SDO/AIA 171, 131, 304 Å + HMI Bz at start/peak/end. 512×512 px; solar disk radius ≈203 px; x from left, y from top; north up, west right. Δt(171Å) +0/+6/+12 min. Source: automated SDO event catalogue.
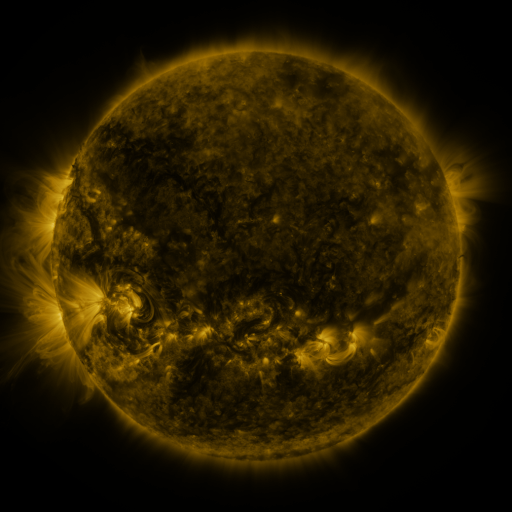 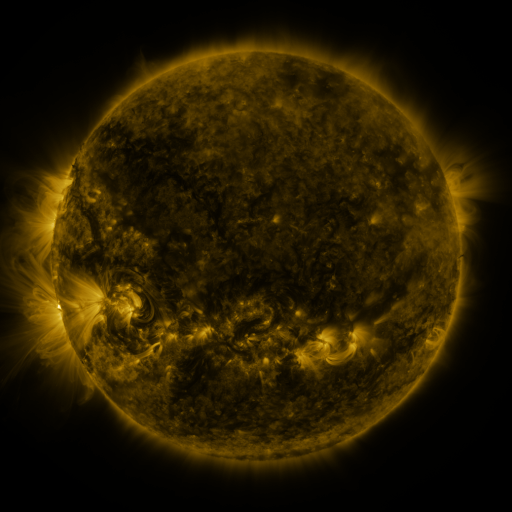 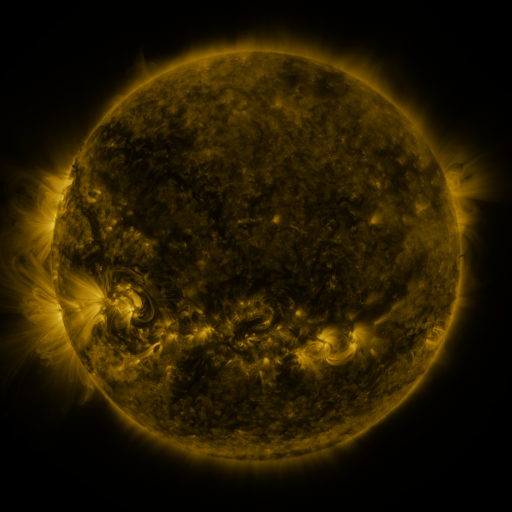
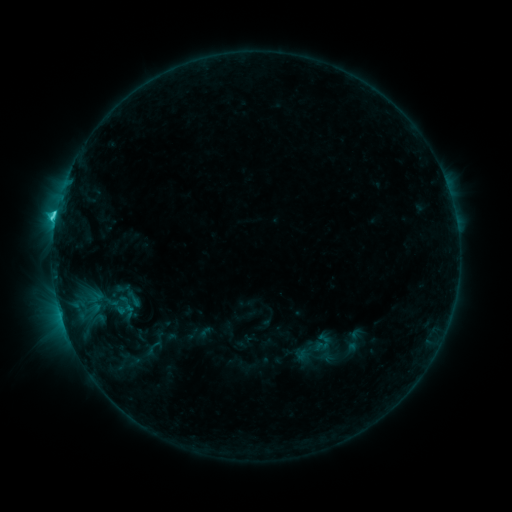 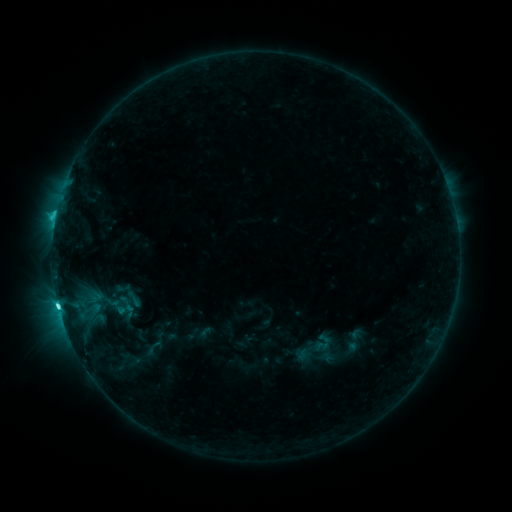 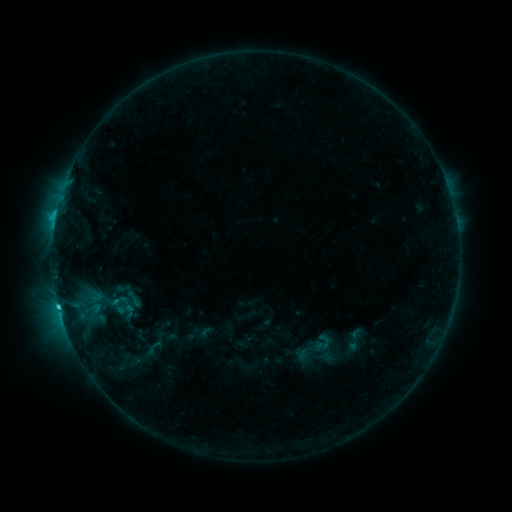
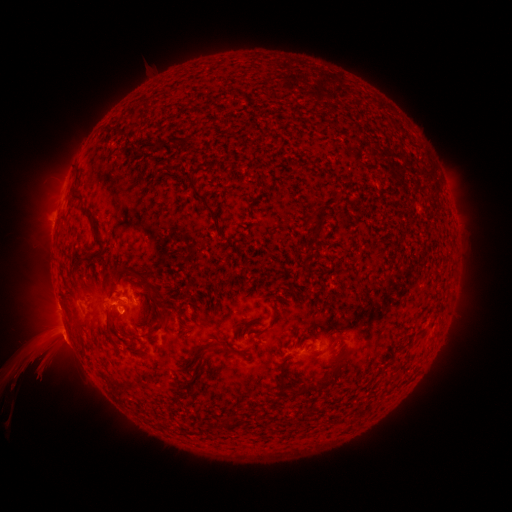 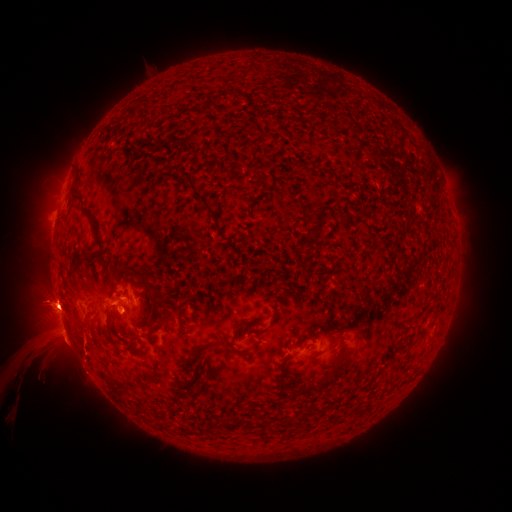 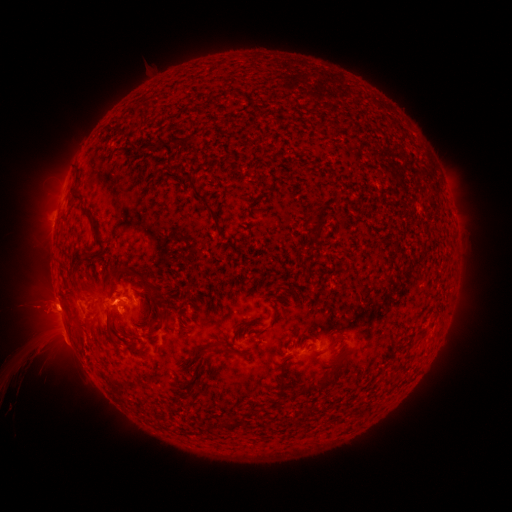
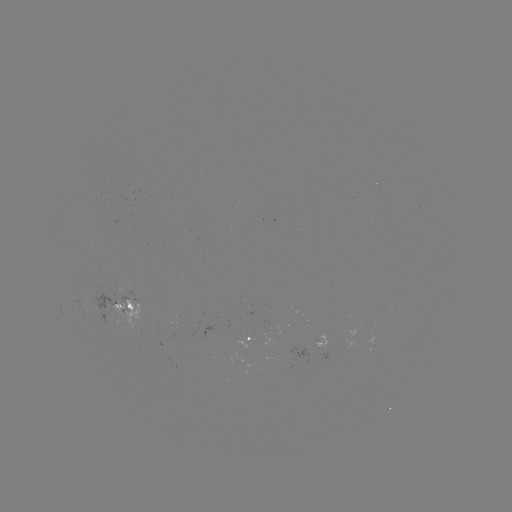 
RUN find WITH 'C4.3 flare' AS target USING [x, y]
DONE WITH [59, 304] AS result